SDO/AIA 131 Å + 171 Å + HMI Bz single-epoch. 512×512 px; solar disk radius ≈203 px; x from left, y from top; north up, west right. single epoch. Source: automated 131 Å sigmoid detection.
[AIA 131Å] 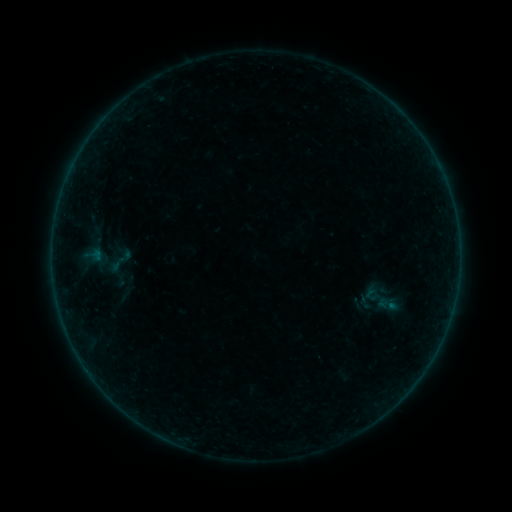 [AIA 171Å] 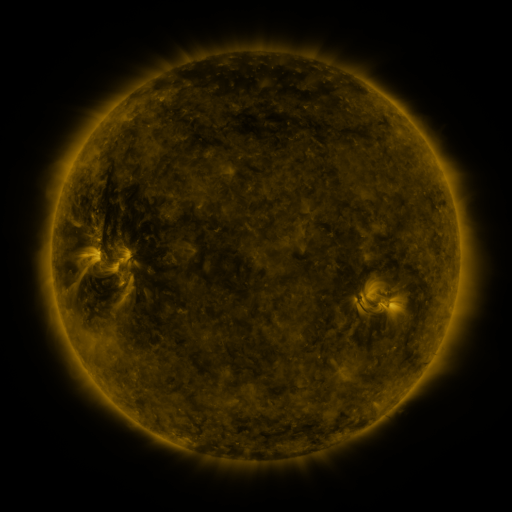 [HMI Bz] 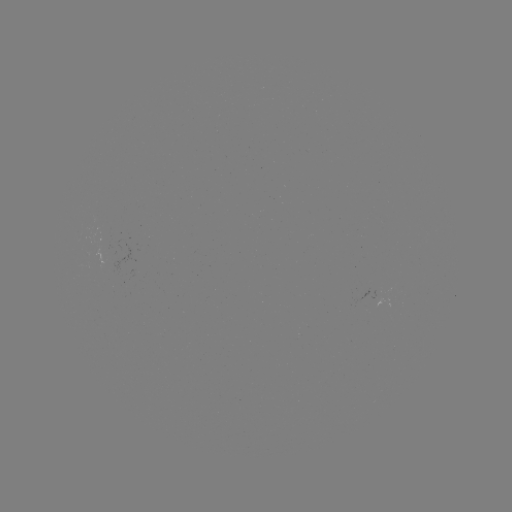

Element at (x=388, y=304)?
sigmoid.